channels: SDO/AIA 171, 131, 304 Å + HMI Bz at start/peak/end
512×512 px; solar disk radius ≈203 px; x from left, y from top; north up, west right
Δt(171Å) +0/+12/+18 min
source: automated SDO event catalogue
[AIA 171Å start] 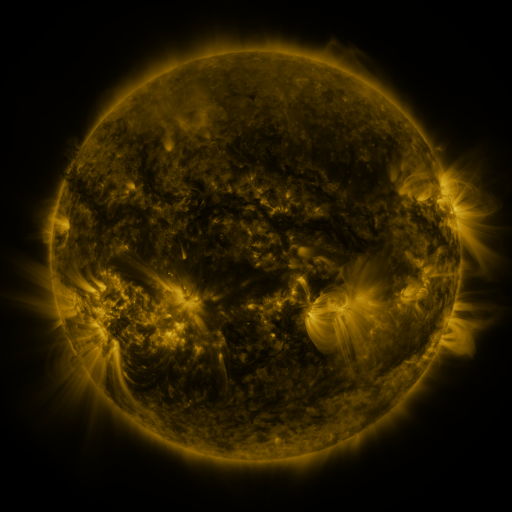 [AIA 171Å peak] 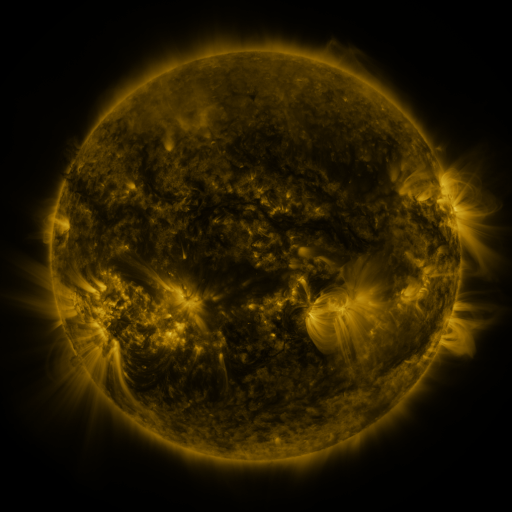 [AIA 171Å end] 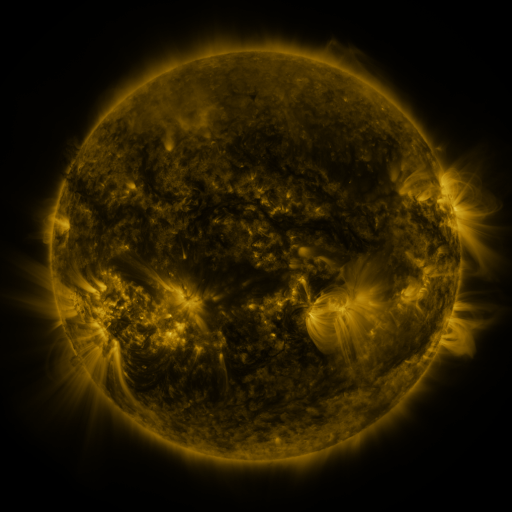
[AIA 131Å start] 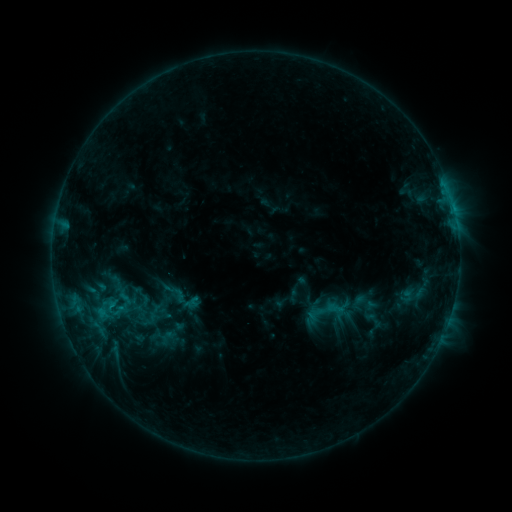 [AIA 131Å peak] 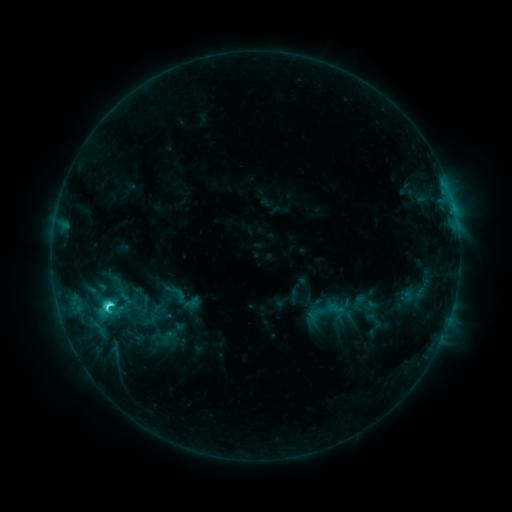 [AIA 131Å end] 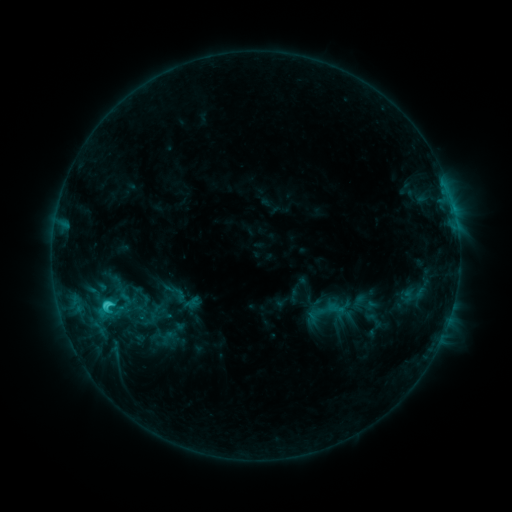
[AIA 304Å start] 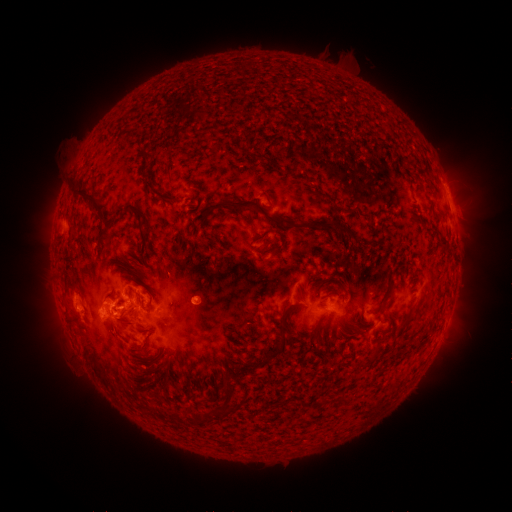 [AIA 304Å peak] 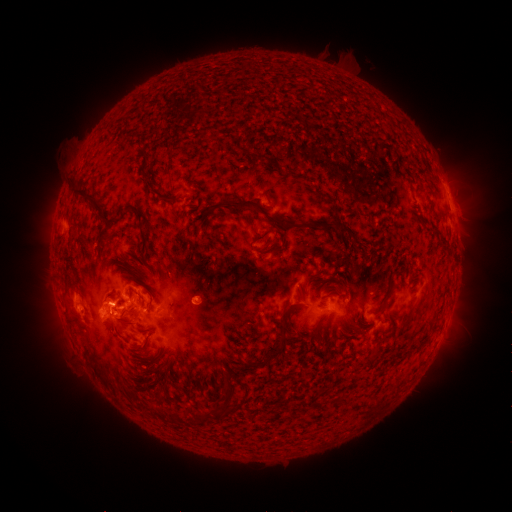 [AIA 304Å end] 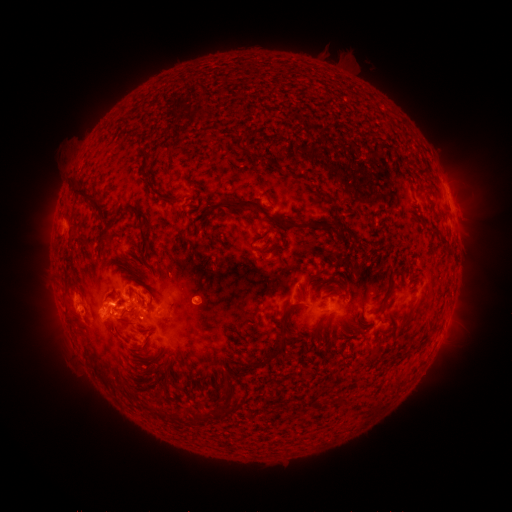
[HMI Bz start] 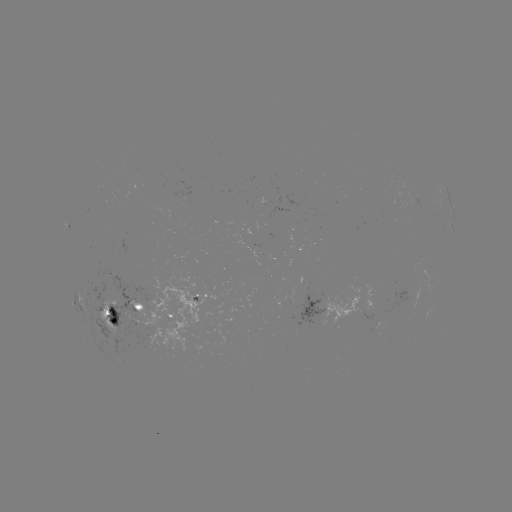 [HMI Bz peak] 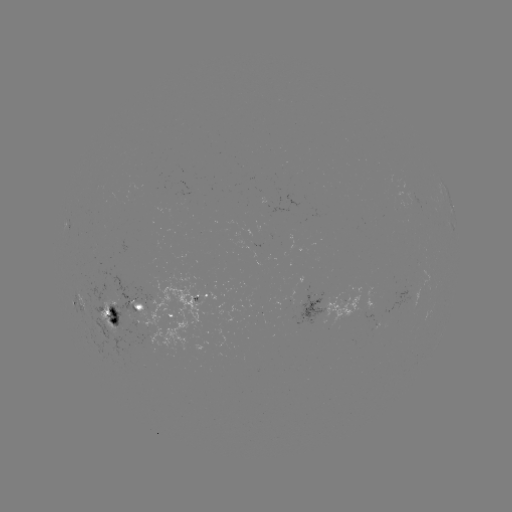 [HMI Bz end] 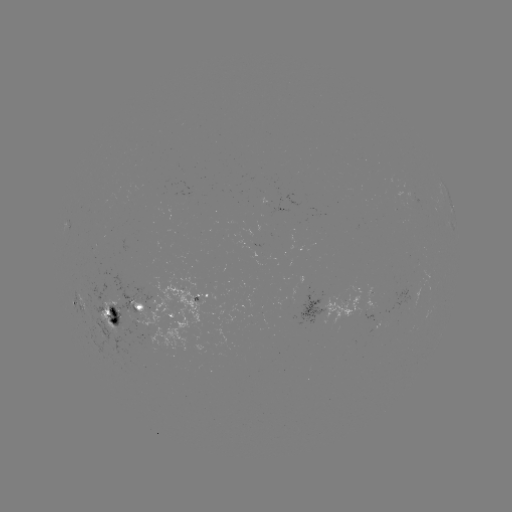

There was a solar flare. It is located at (110, 304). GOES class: C3.9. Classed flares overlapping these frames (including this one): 1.